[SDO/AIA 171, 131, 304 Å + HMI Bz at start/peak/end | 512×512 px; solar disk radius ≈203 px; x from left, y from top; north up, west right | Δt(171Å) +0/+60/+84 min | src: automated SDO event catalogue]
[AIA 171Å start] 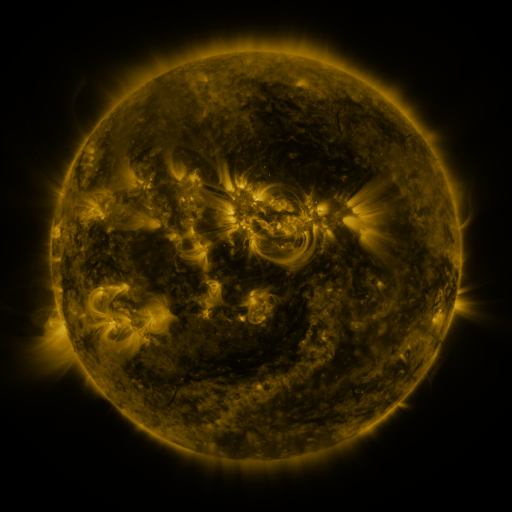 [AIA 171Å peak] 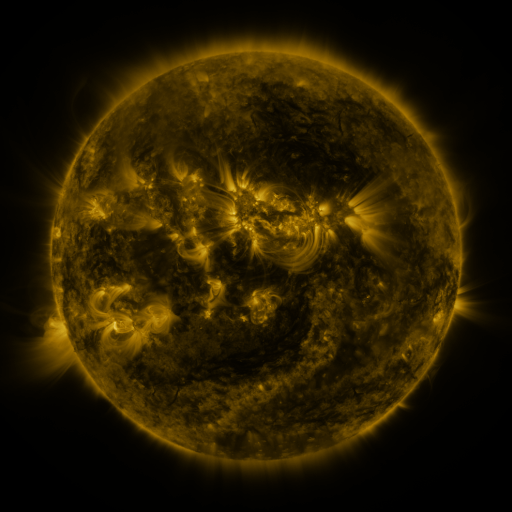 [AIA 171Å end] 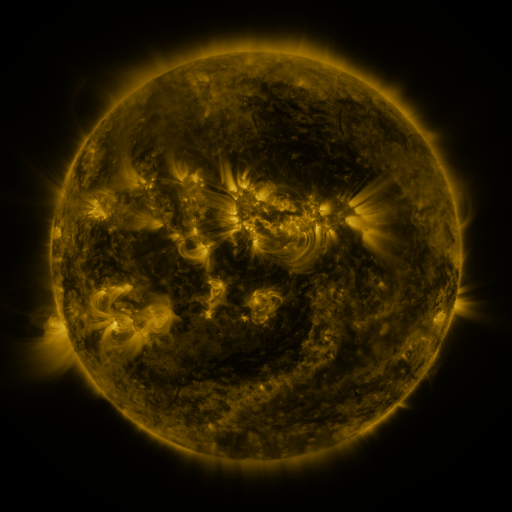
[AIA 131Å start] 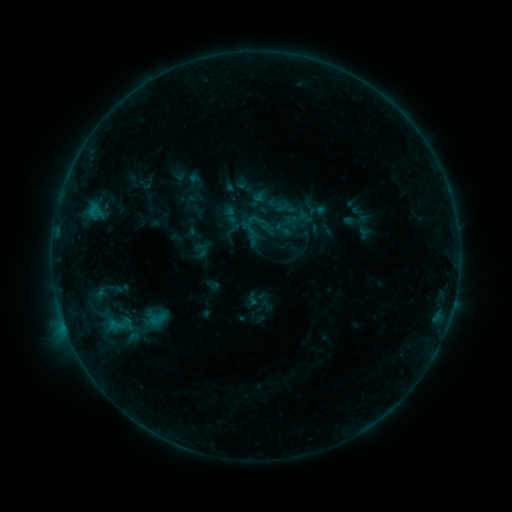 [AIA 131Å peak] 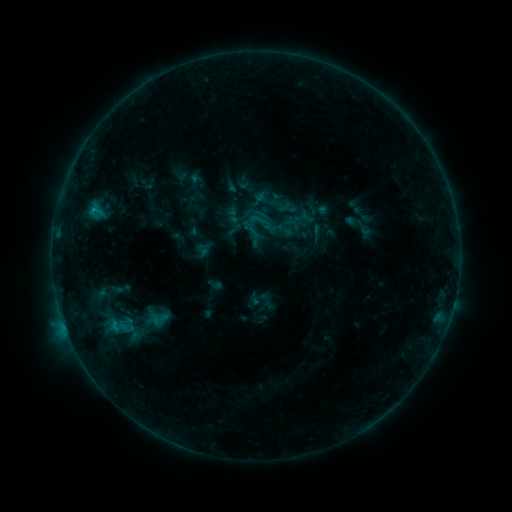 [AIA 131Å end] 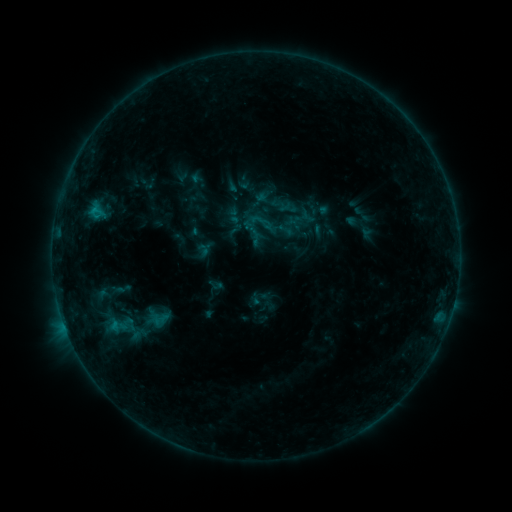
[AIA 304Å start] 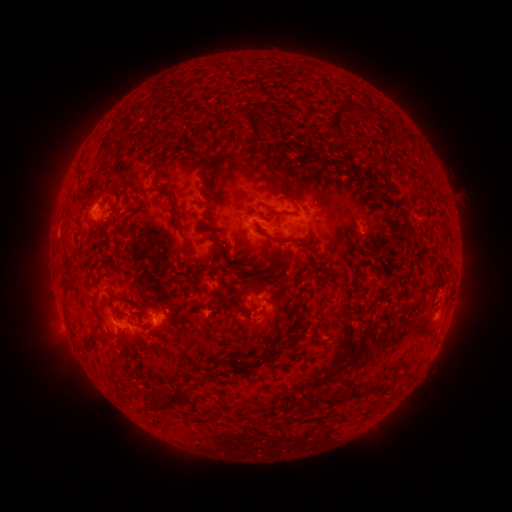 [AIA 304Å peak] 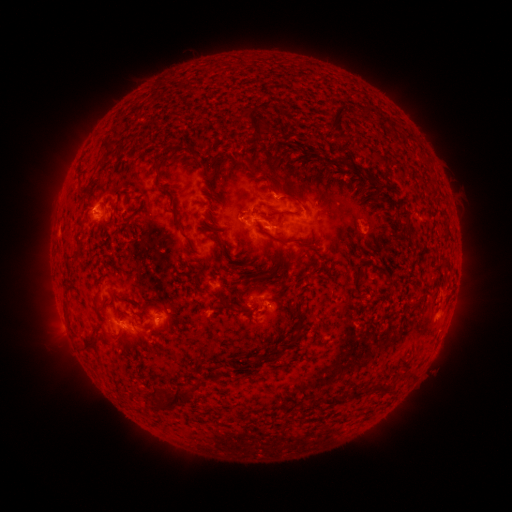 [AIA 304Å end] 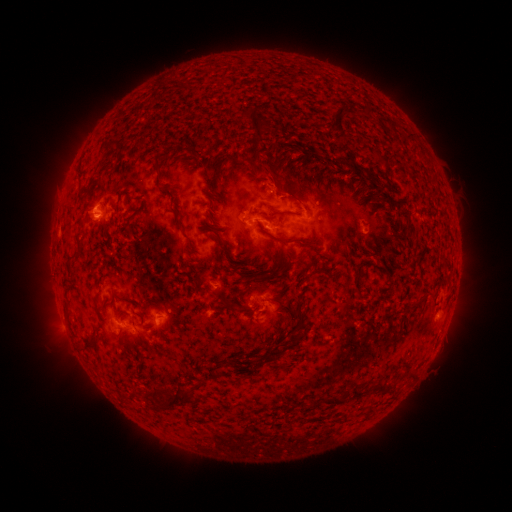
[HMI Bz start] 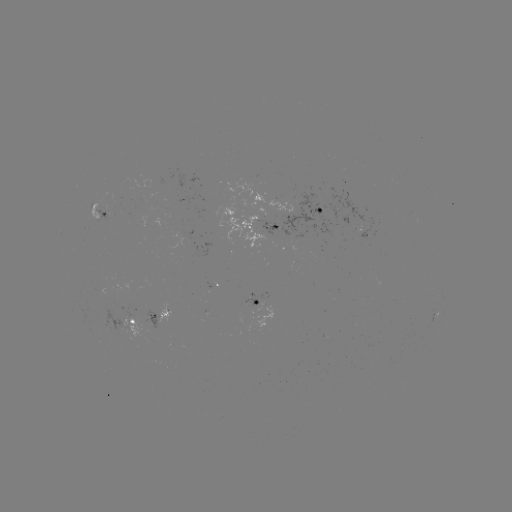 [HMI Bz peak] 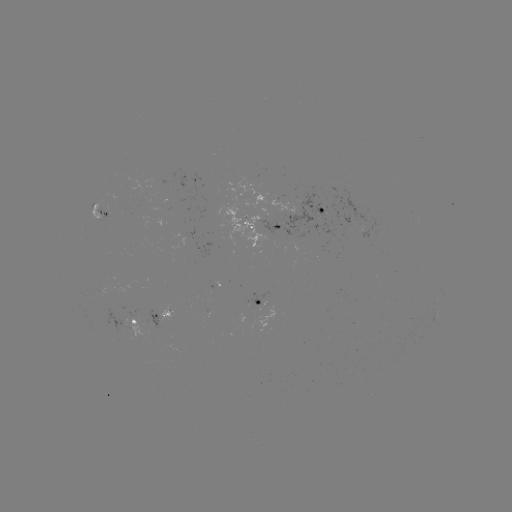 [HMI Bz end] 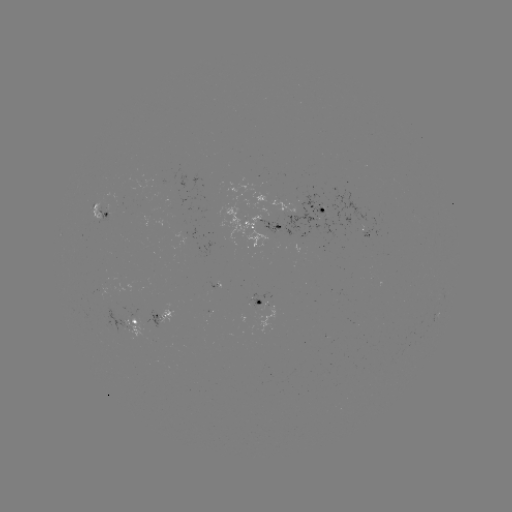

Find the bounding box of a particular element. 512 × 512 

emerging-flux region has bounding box [97, 204, 109, 222].